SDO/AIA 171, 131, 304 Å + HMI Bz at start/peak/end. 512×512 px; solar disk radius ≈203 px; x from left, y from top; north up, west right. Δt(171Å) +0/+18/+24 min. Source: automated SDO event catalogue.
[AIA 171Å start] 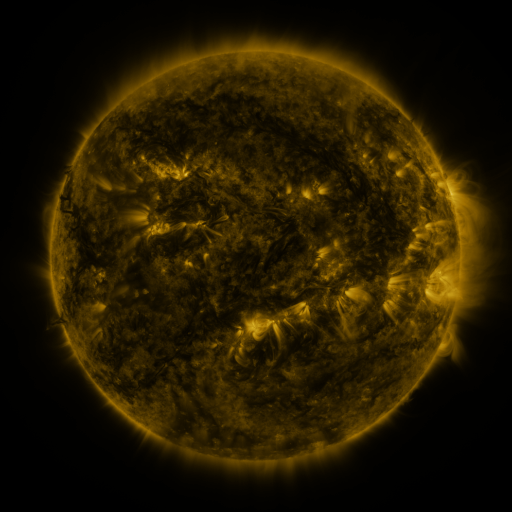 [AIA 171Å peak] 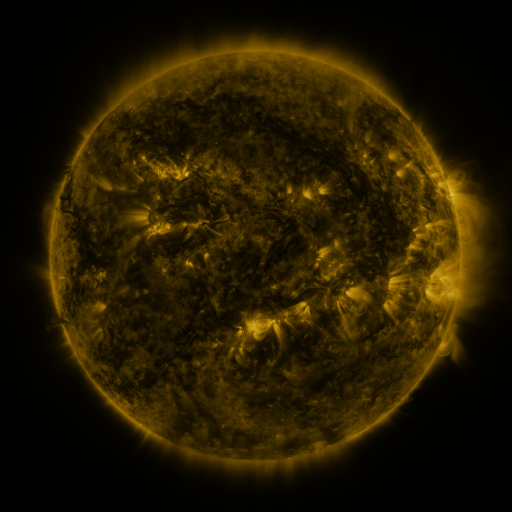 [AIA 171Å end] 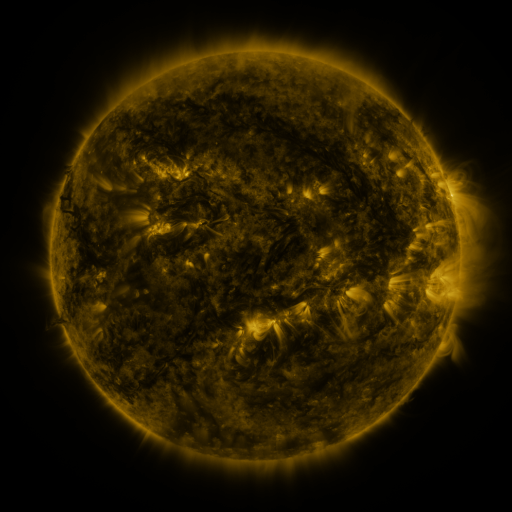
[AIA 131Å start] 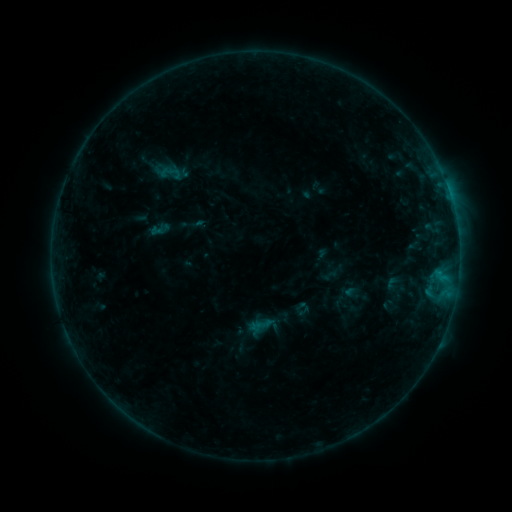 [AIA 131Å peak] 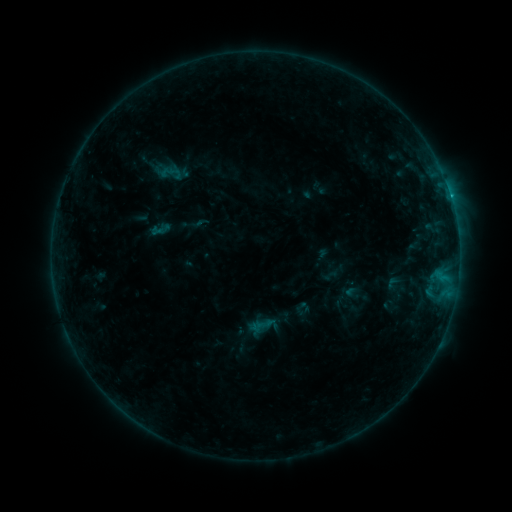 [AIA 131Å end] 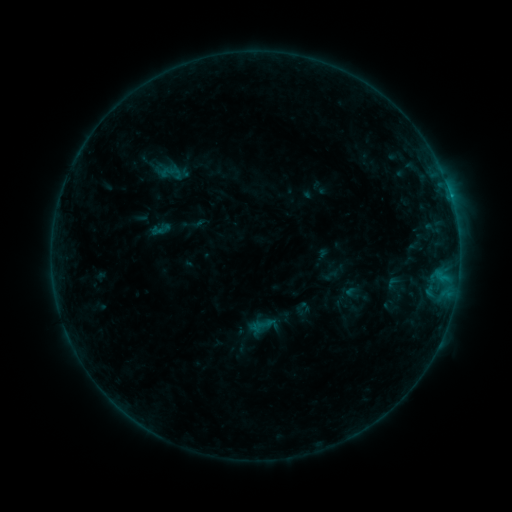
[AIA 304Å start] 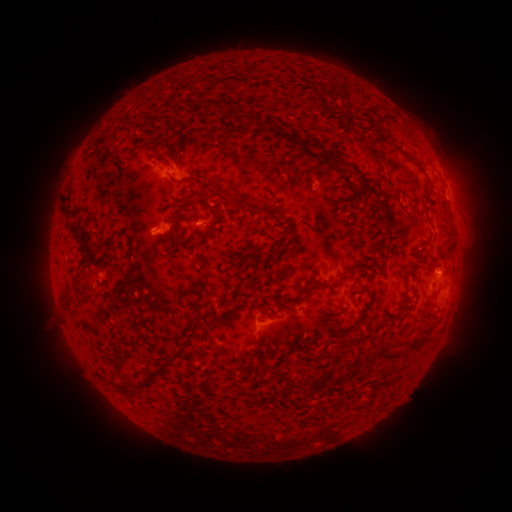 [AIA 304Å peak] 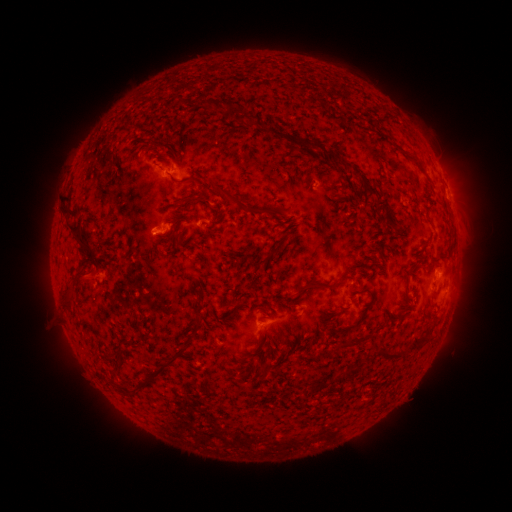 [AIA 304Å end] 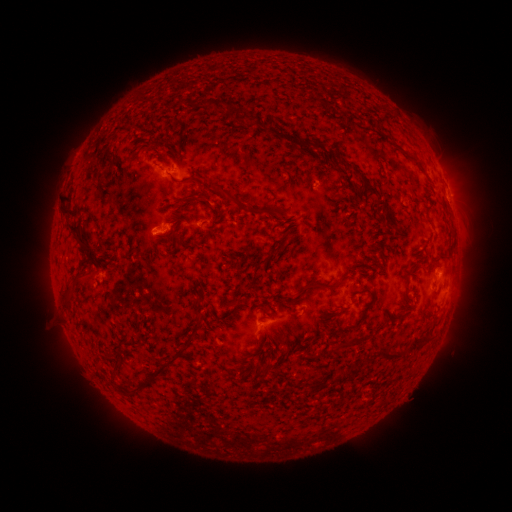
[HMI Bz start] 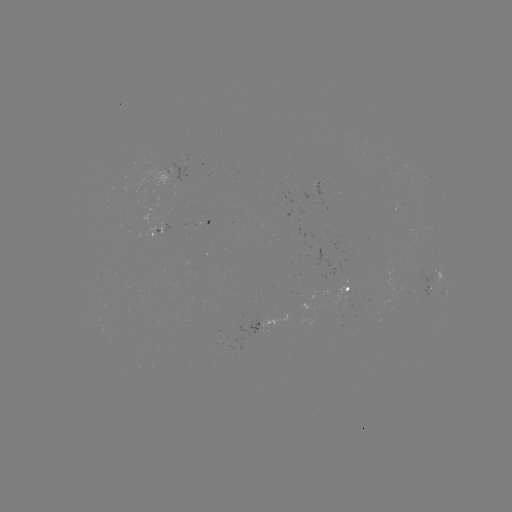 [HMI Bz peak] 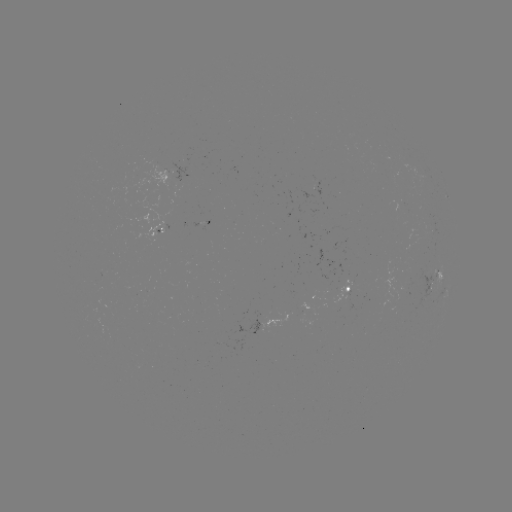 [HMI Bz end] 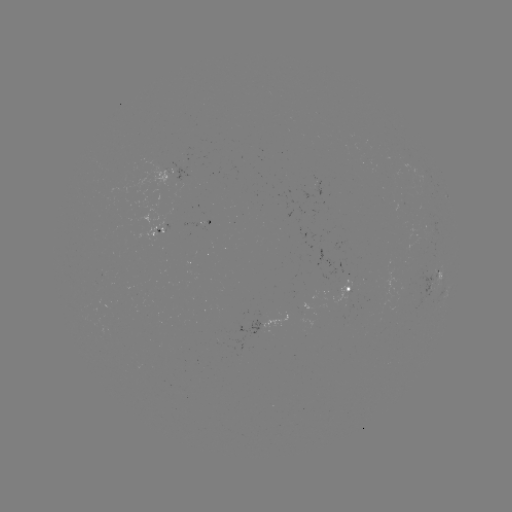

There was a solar flare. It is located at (434, 274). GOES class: B5.2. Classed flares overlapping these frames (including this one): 1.